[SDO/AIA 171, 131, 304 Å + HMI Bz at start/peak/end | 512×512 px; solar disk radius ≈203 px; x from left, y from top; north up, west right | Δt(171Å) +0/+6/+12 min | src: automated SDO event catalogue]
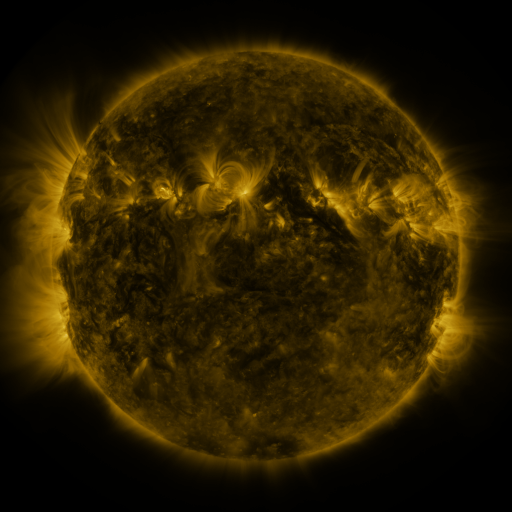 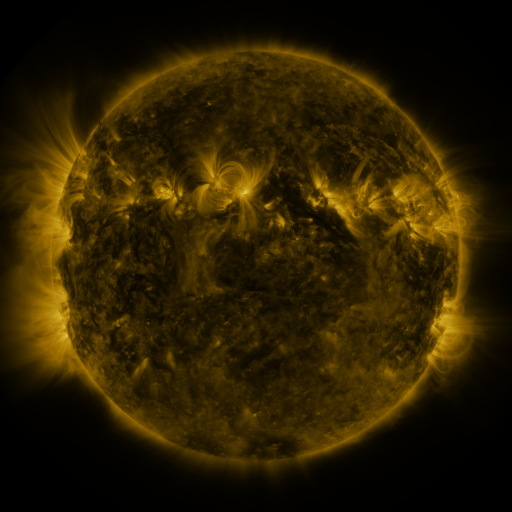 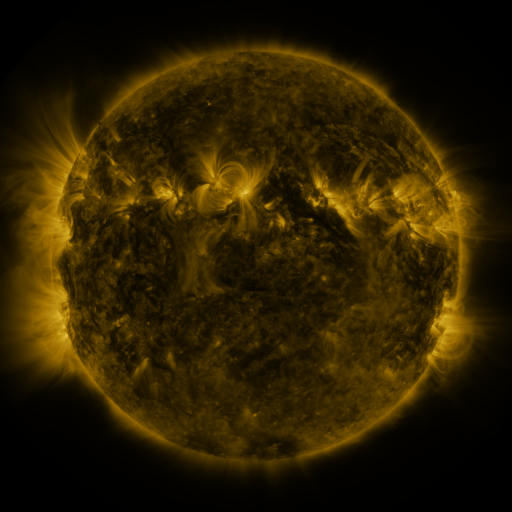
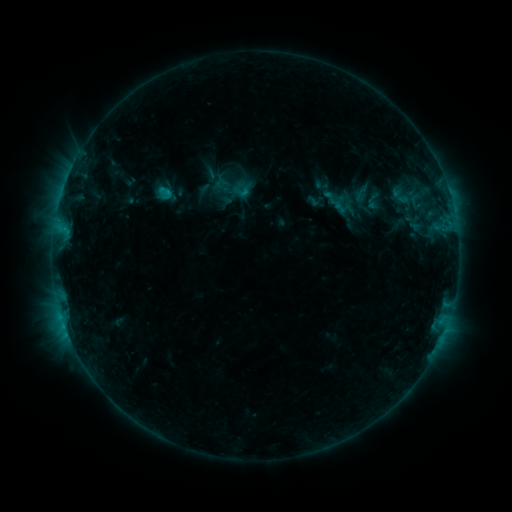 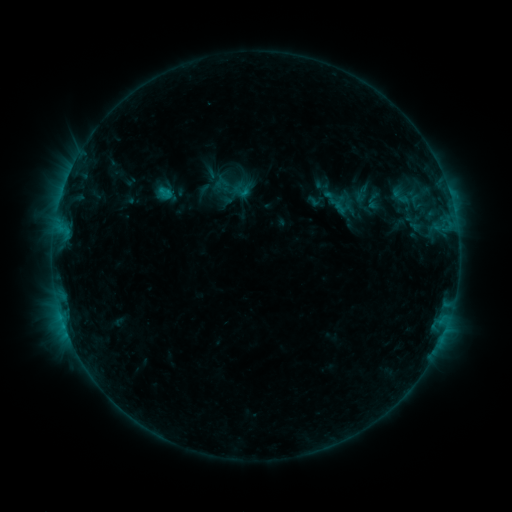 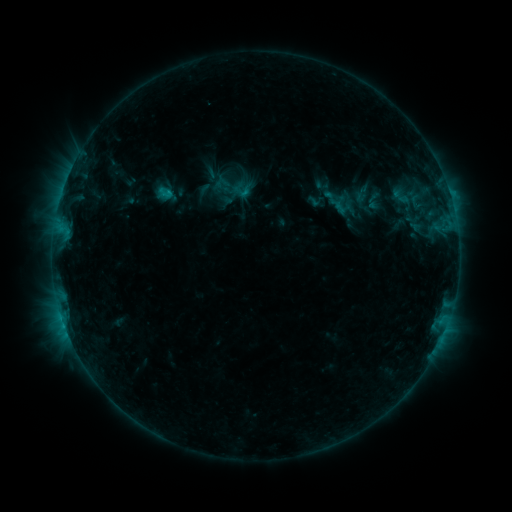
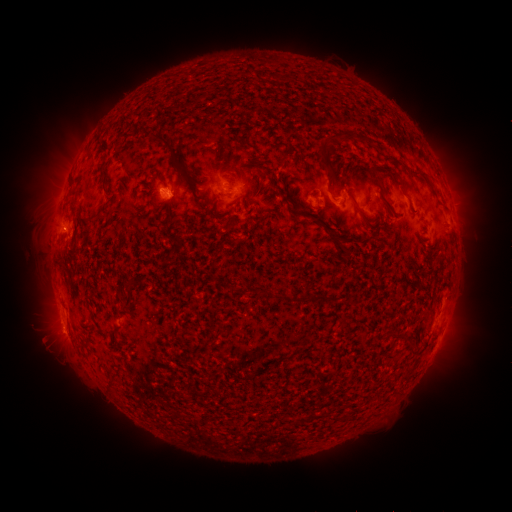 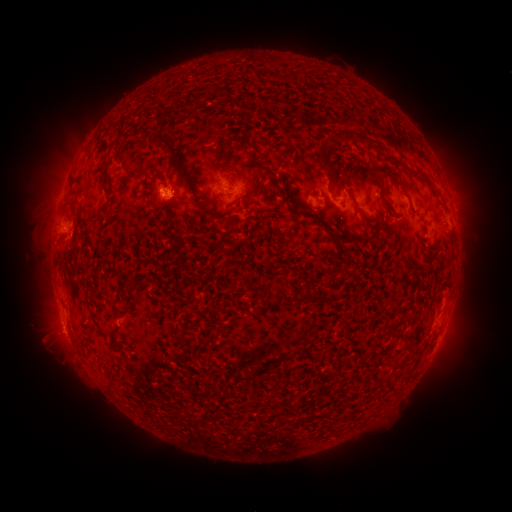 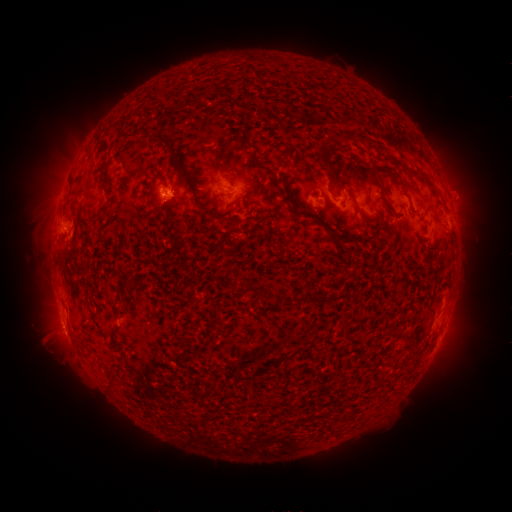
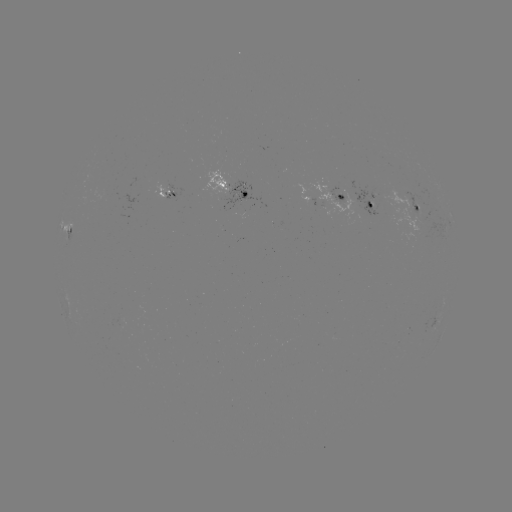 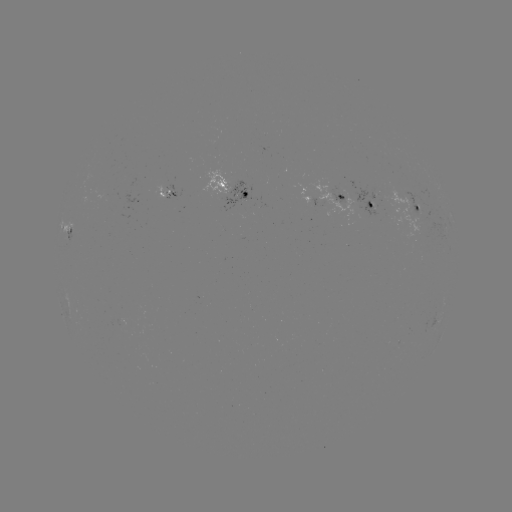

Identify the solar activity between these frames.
B9.8 flare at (167, 196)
